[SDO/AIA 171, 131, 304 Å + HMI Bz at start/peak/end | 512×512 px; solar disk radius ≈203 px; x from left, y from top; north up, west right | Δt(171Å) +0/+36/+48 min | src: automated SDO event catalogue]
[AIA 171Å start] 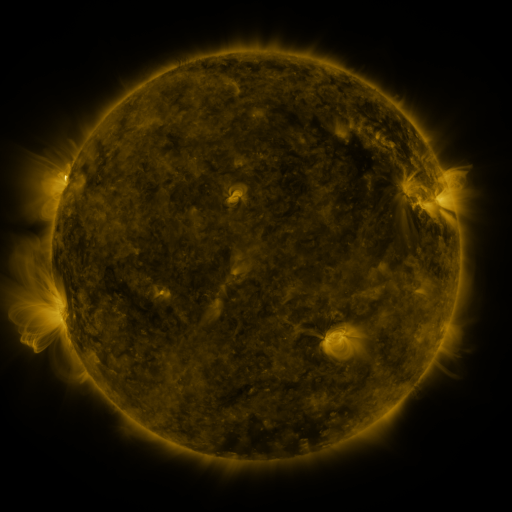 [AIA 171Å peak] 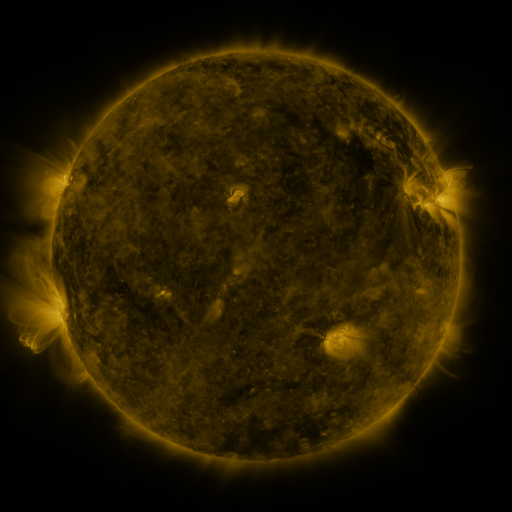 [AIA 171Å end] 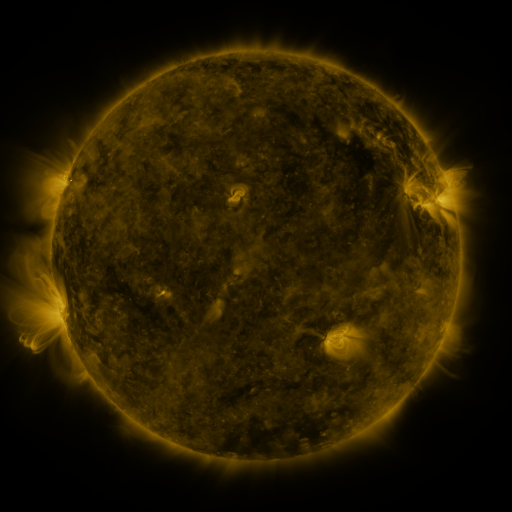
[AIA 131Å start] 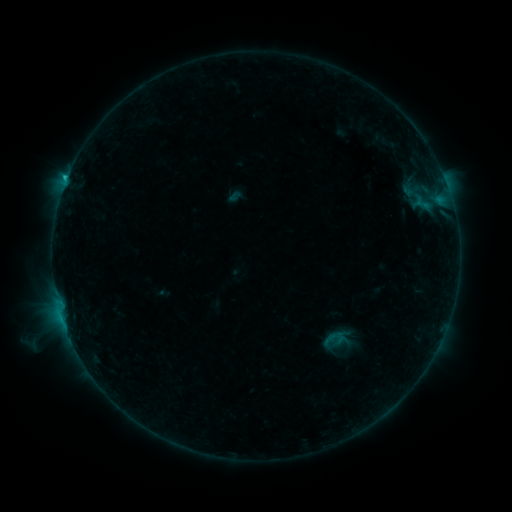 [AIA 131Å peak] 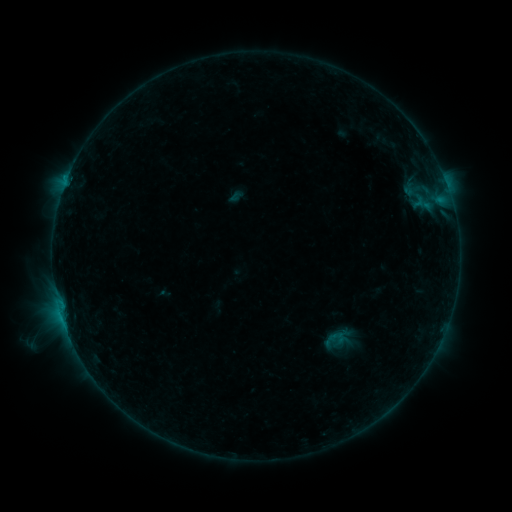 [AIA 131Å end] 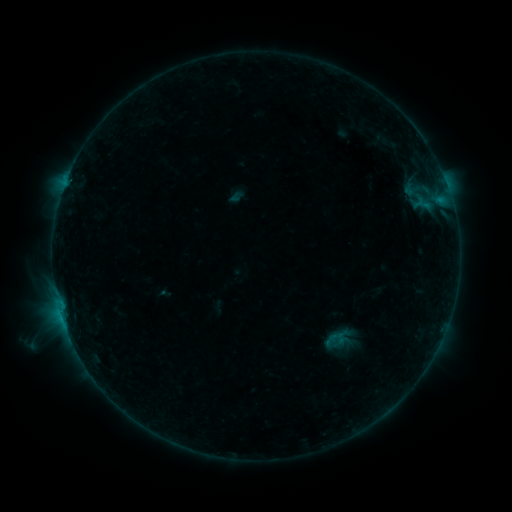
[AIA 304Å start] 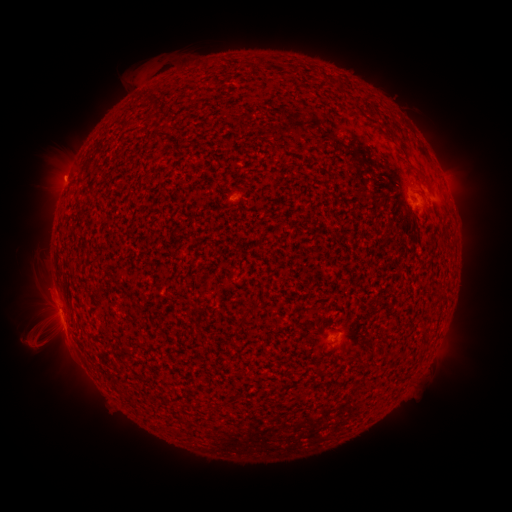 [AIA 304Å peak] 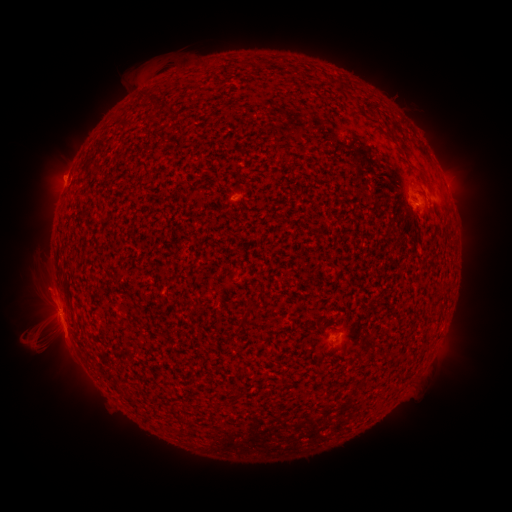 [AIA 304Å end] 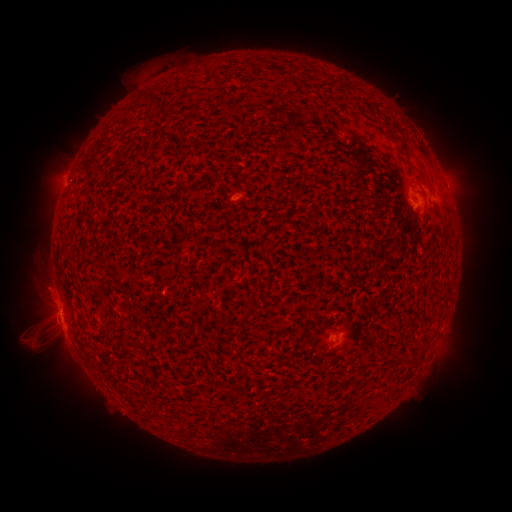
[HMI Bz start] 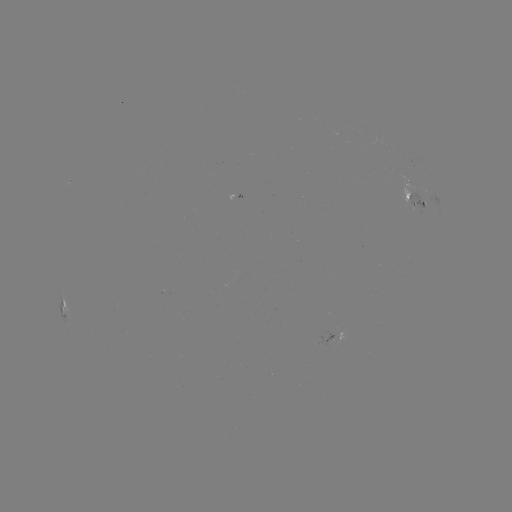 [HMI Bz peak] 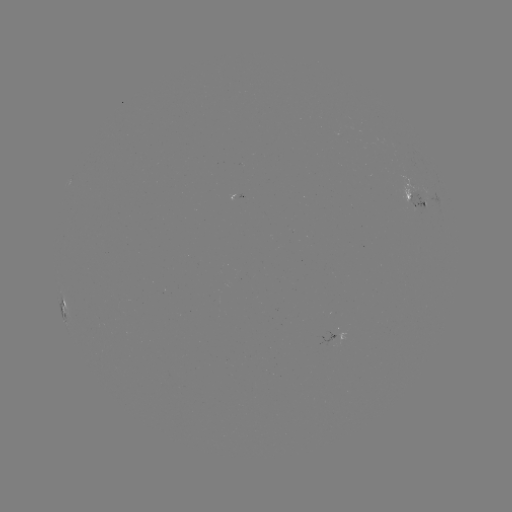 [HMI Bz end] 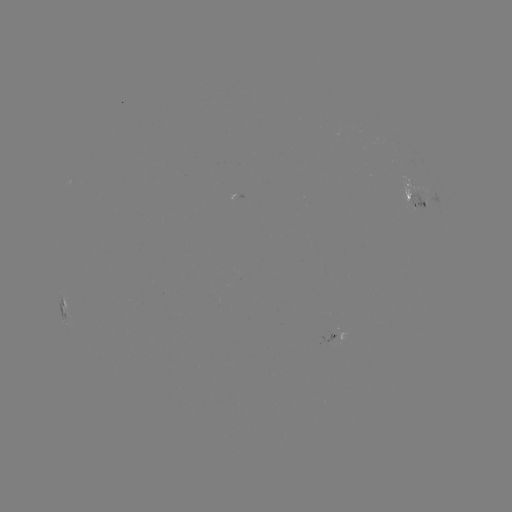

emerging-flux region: (406, 190, 426, 214)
